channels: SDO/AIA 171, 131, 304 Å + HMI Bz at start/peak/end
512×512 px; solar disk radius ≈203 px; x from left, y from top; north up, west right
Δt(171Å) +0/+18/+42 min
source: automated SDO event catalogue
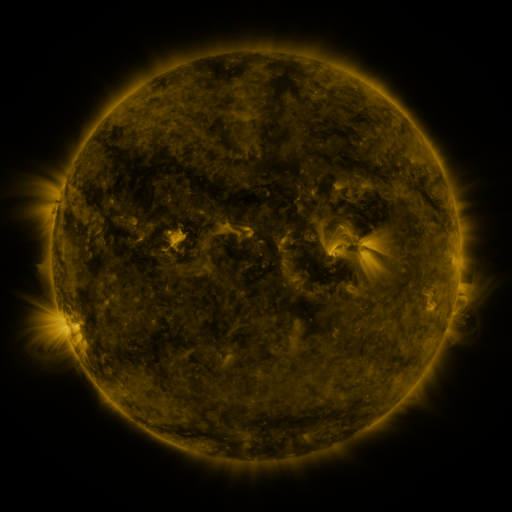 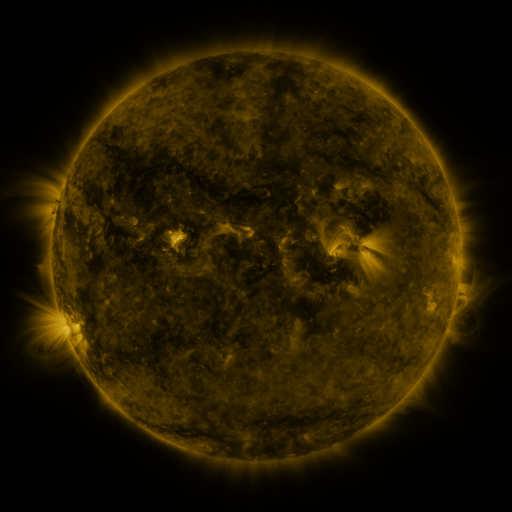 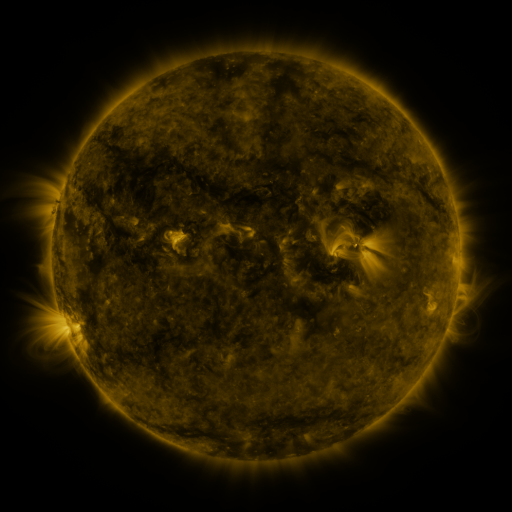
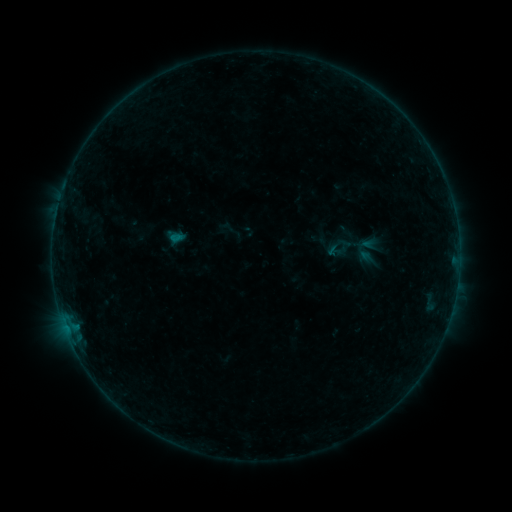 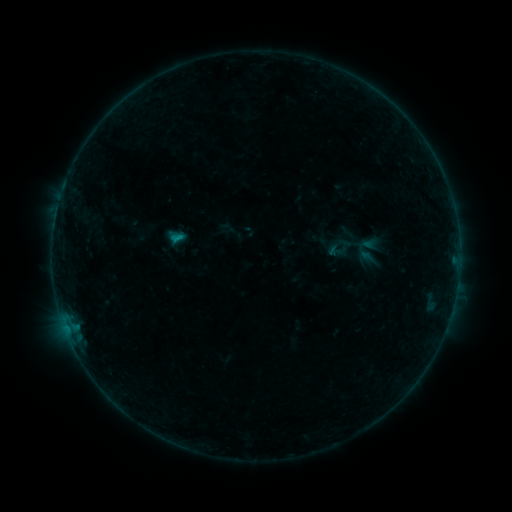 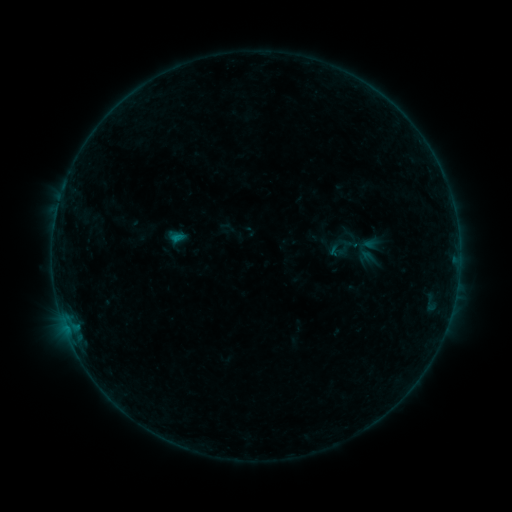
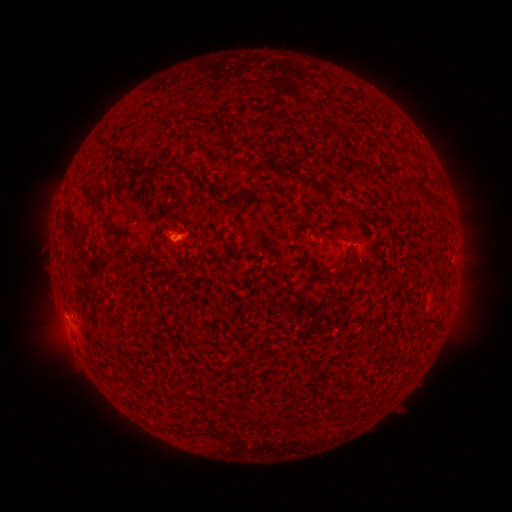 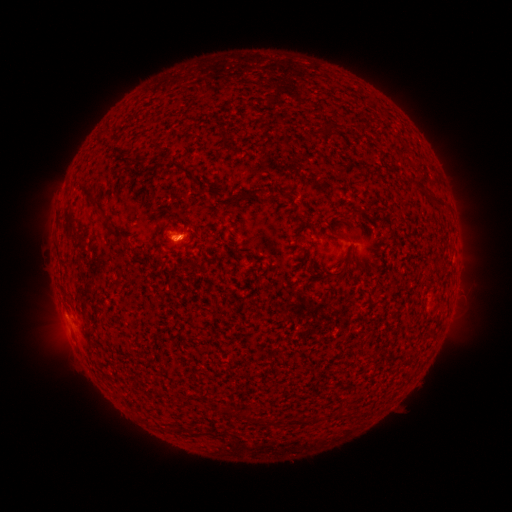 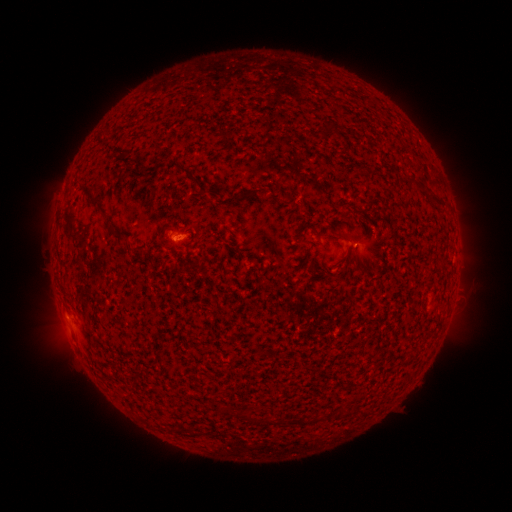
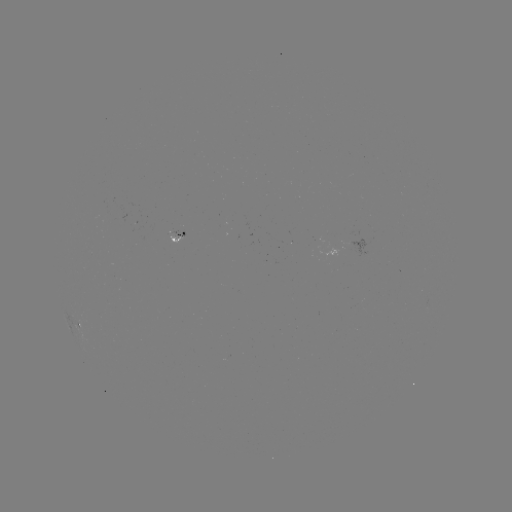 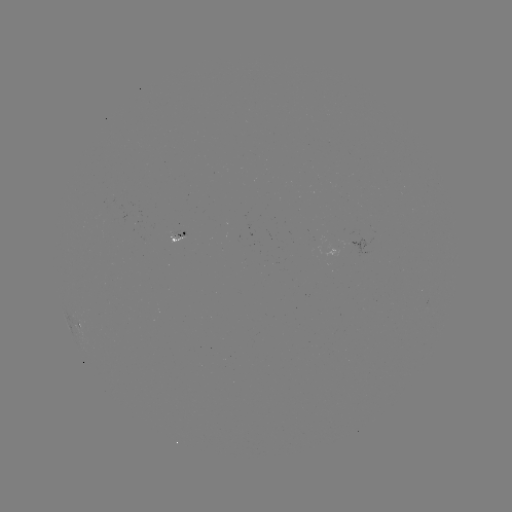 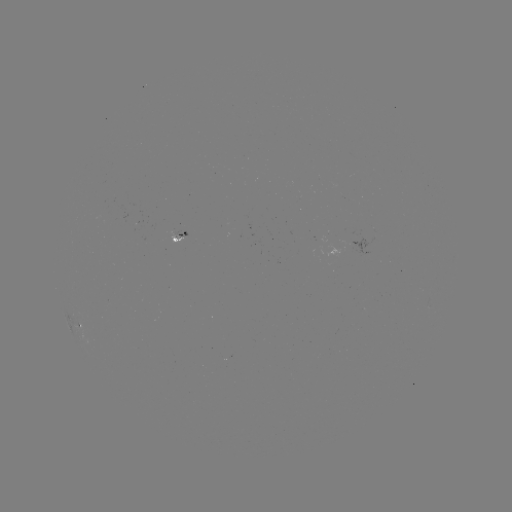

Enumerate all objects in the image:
B2.0 flare: (177, 239)
